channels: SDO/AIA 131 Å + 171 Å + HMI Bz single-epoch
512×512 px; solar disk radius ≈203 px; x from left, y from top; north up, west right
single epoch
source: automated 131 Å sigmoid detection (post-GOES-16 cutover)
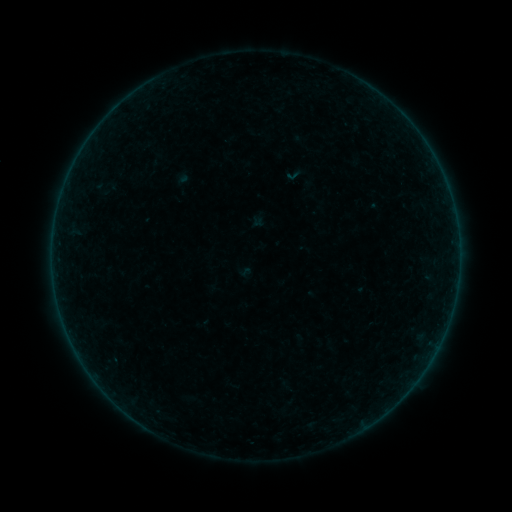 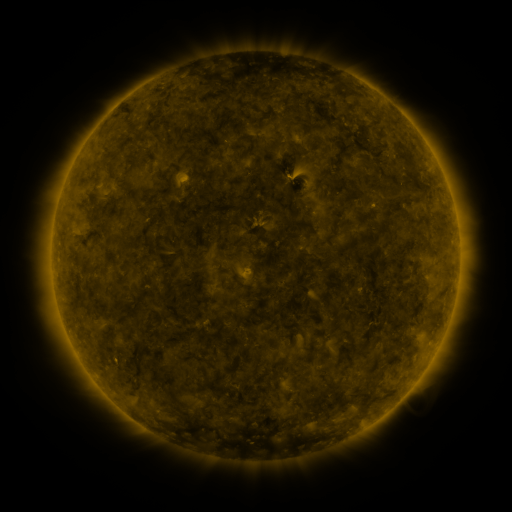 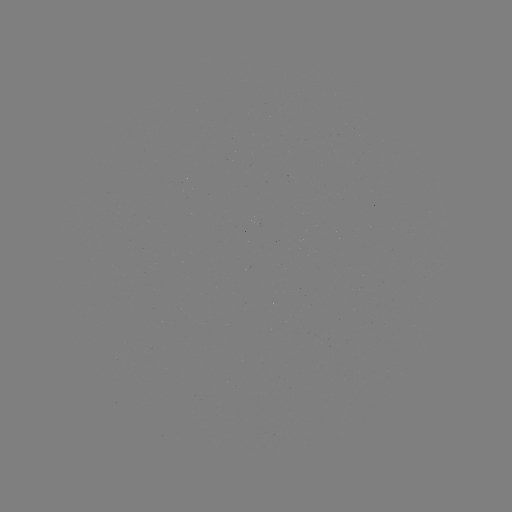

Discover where sigmoid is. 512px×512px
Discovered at [294, 175].